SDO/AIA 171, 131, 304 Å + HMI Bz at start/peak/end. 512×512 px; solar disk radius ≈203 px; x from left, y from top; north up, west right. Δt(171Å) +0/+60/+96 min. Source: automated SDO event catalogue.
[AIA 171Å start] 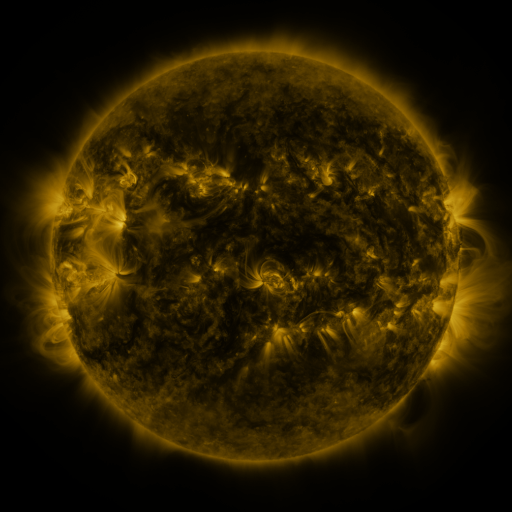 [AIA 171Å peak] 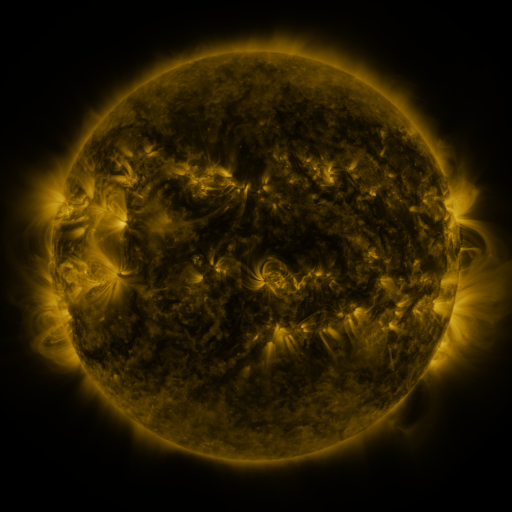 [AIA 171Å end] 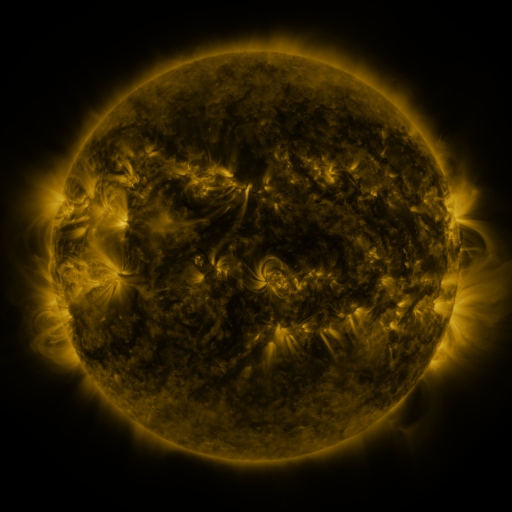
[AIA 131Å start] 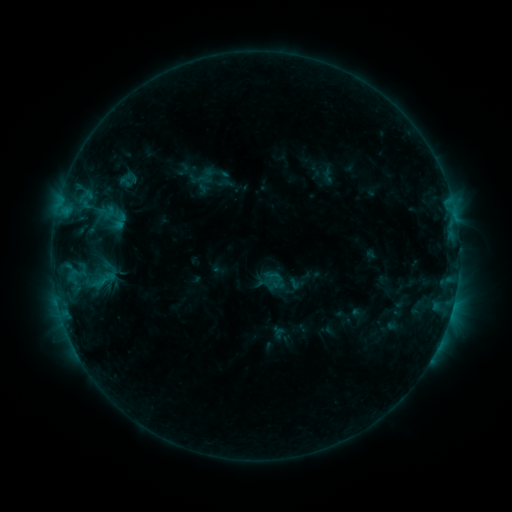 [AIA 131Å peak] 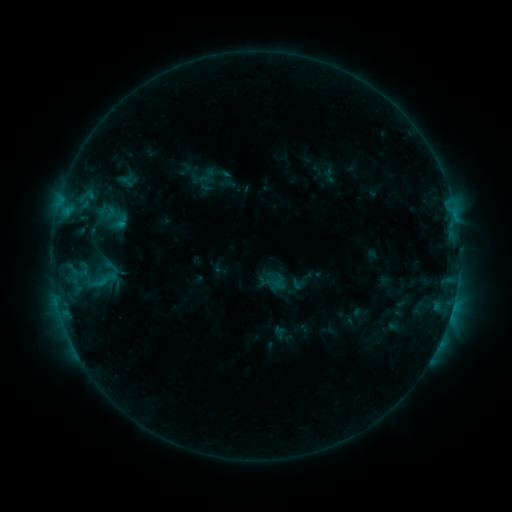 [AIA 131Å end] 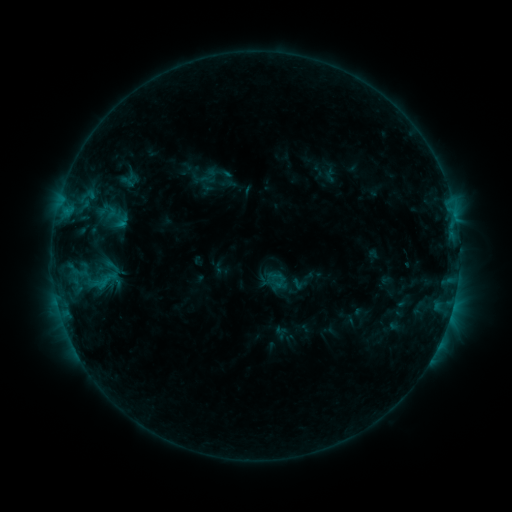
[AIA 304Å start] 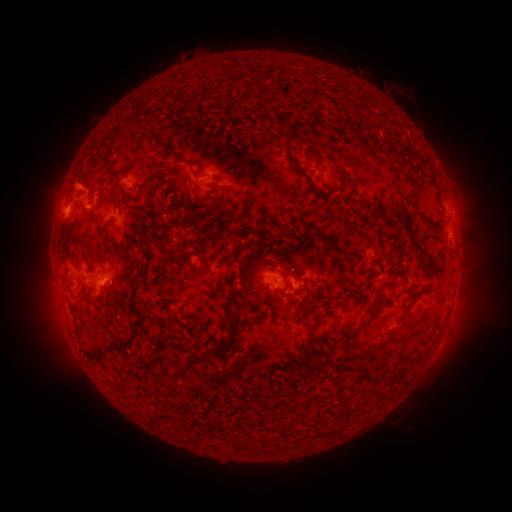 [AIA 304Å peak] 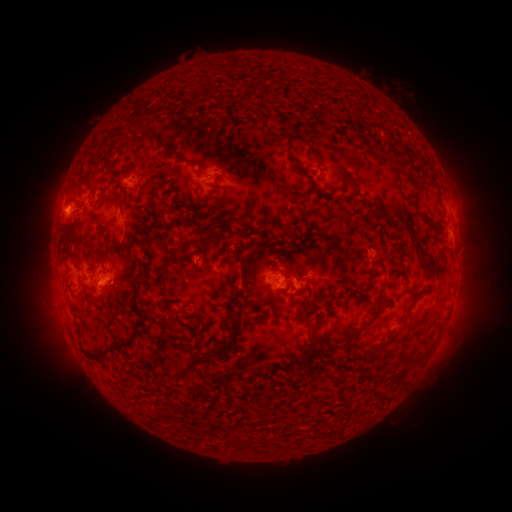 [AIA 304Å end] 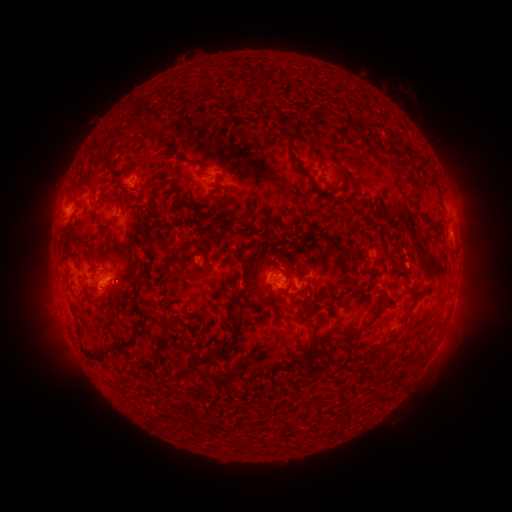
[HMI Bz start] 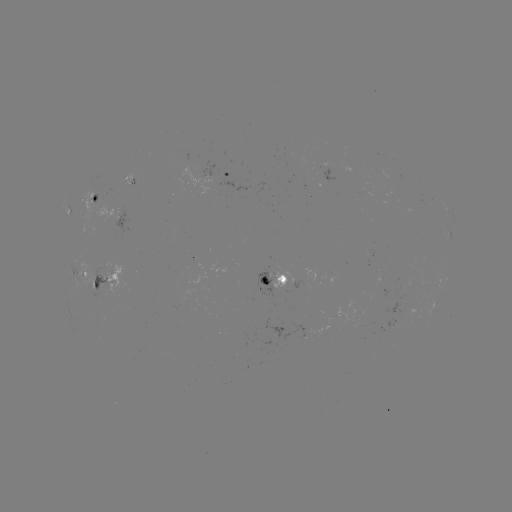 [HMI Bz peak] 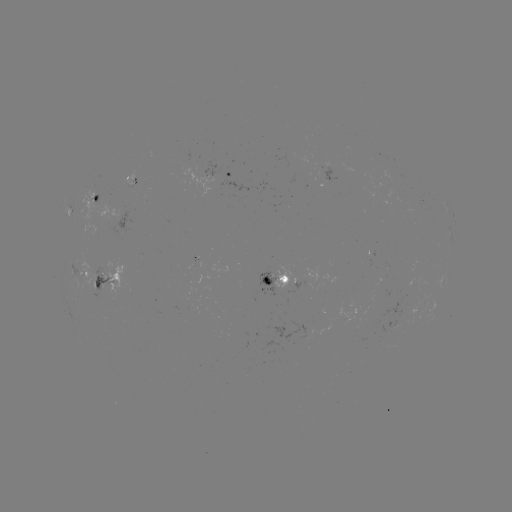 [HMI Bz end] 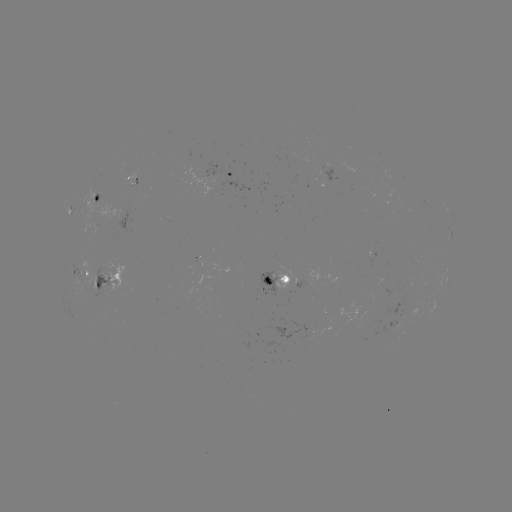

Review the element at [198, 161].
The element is emerging-flux region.